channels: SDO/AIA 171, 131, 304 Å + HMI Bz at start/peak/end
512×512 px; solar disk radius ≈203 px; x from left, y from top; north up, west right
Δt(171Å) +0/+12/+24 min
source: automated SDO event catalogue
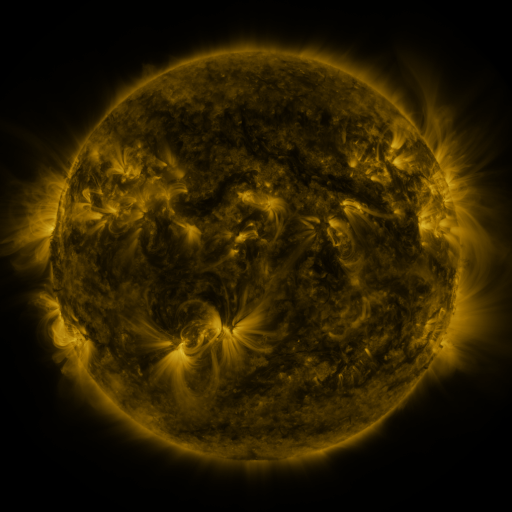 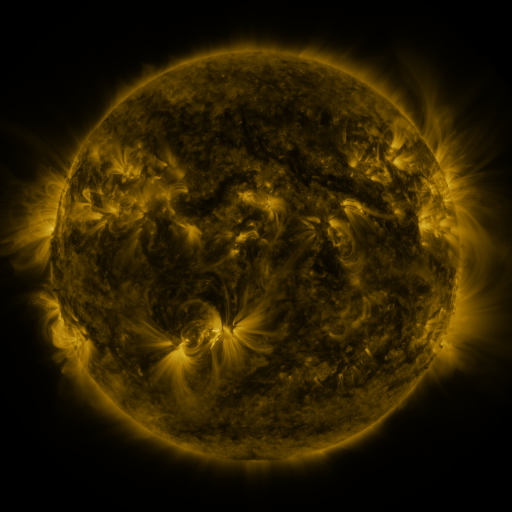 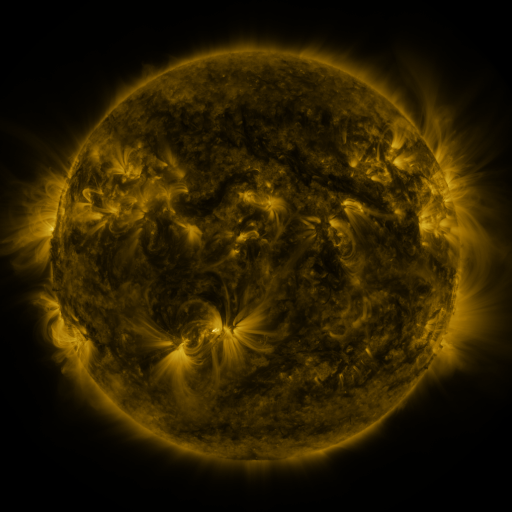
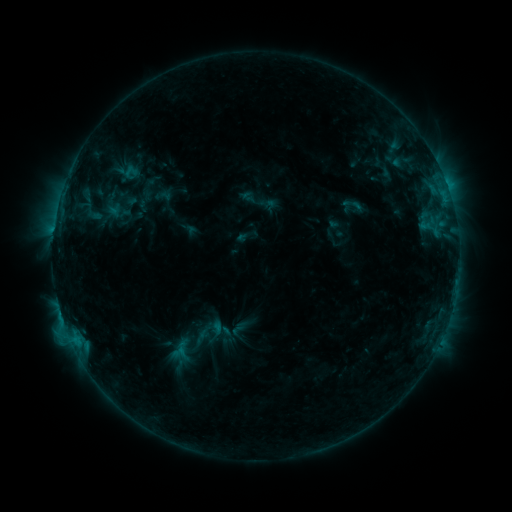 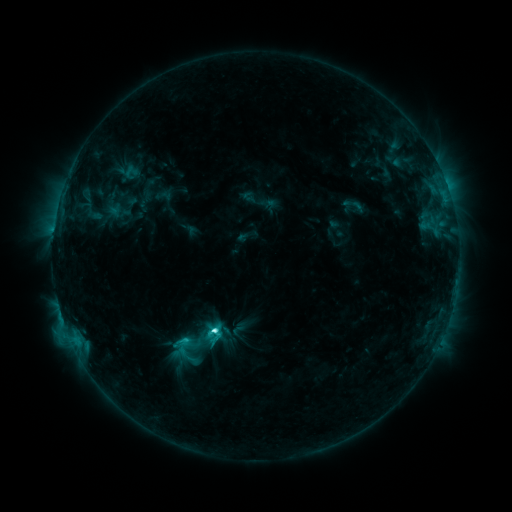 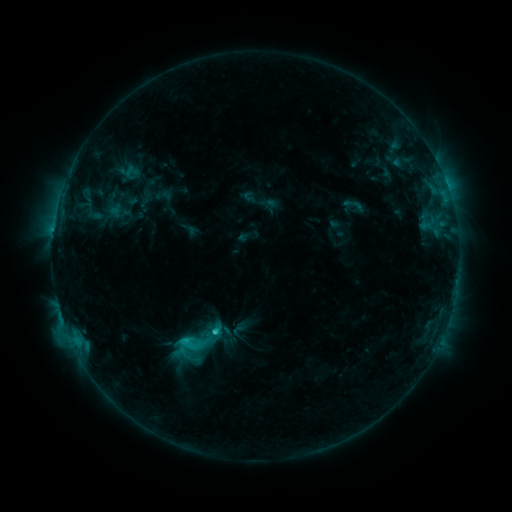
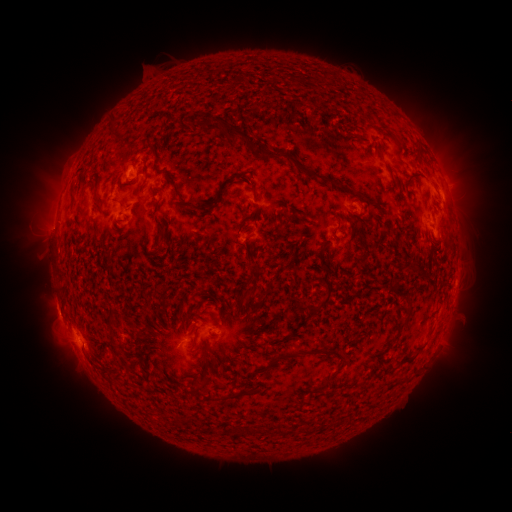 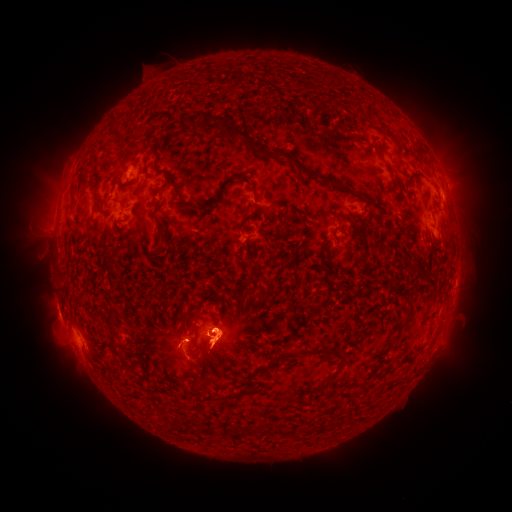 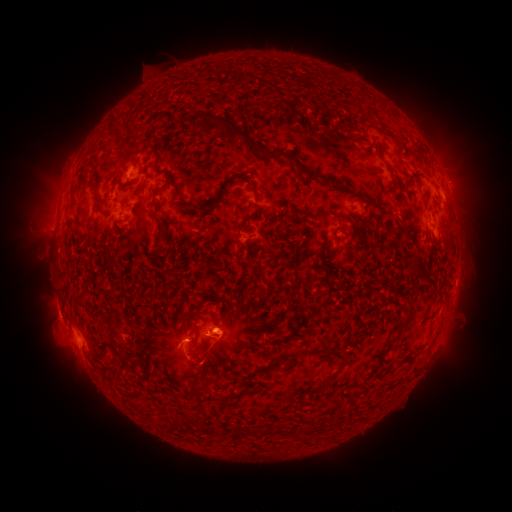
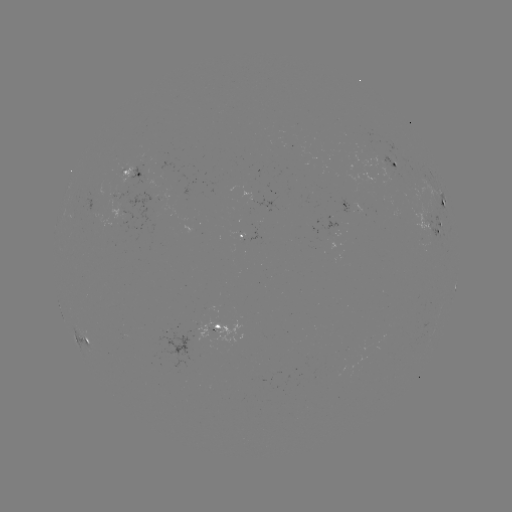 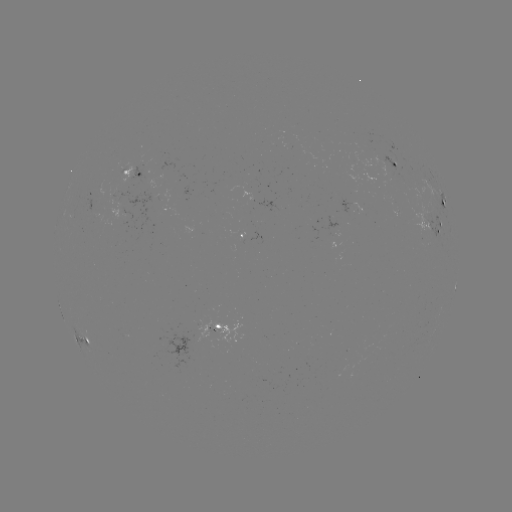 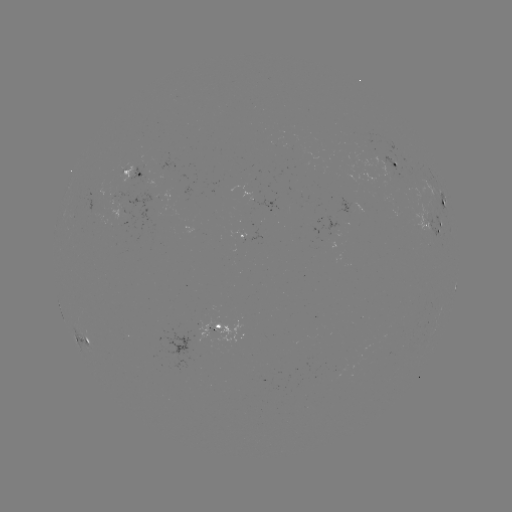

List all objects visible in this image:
eruption: (215, 341)
